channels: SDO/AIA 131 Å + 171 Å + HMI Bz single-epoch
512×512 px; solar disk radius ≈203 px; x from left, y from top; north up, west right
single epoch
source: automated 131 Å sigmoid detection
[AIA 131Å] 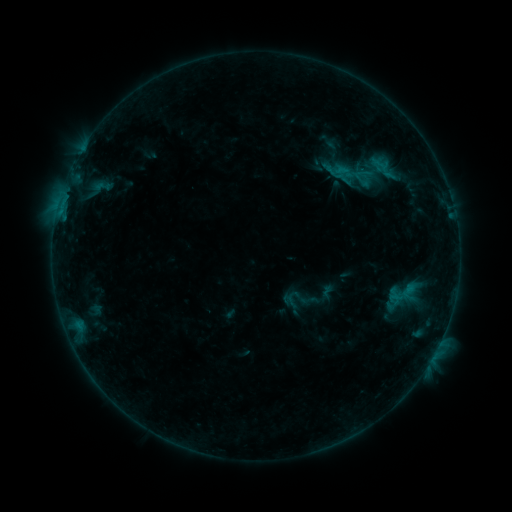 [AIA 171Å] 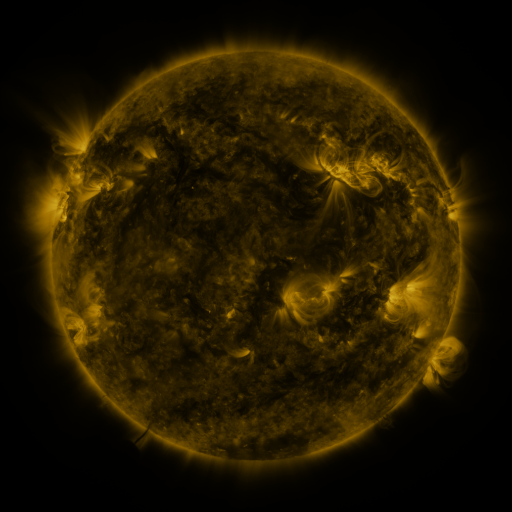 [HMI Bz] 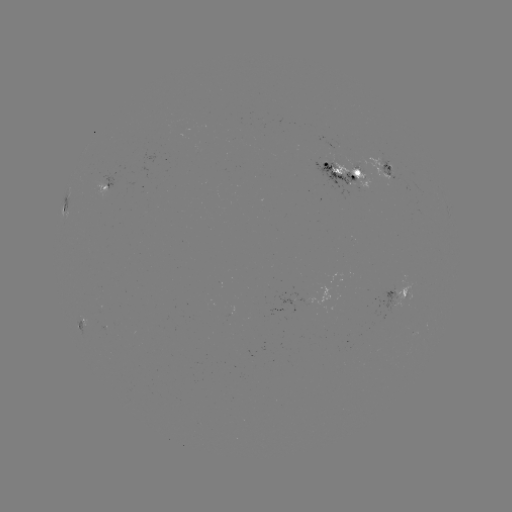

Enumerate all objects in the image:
sigmoid: (349, 164, 373, 185)
